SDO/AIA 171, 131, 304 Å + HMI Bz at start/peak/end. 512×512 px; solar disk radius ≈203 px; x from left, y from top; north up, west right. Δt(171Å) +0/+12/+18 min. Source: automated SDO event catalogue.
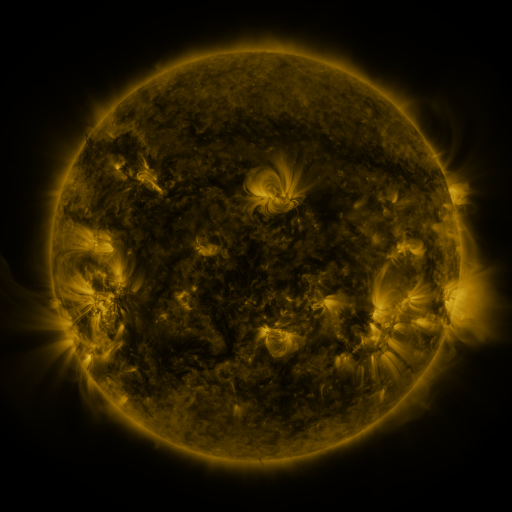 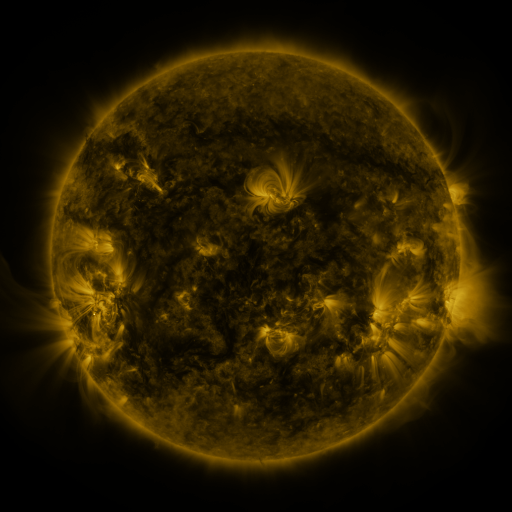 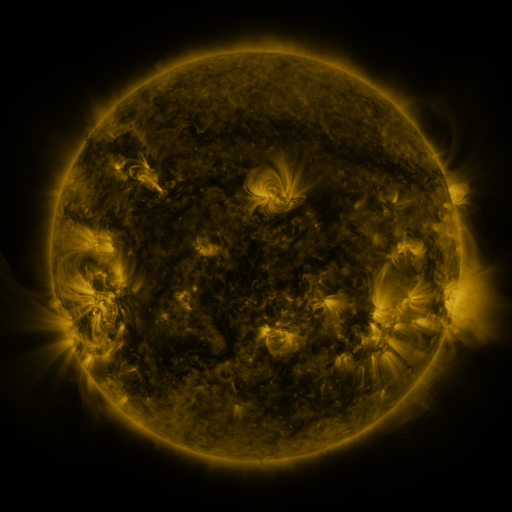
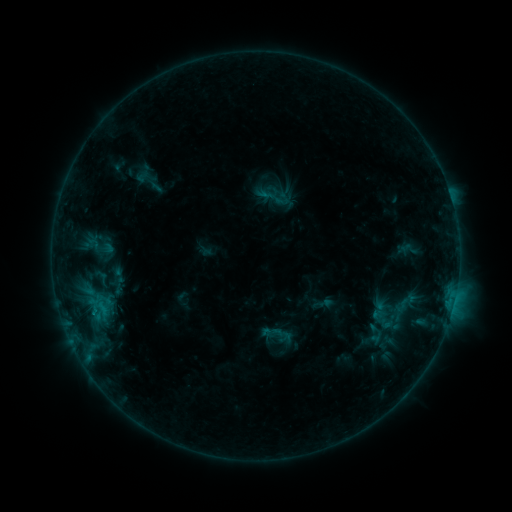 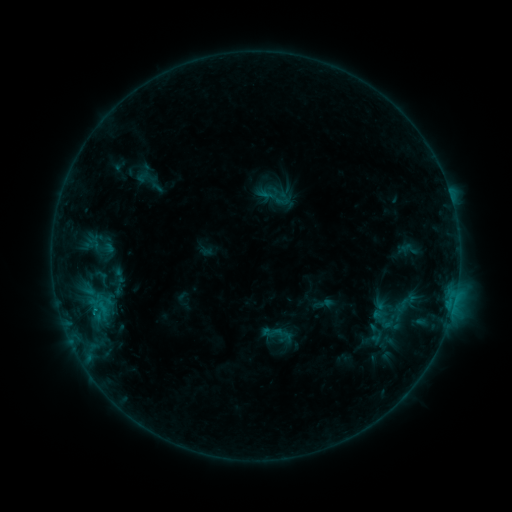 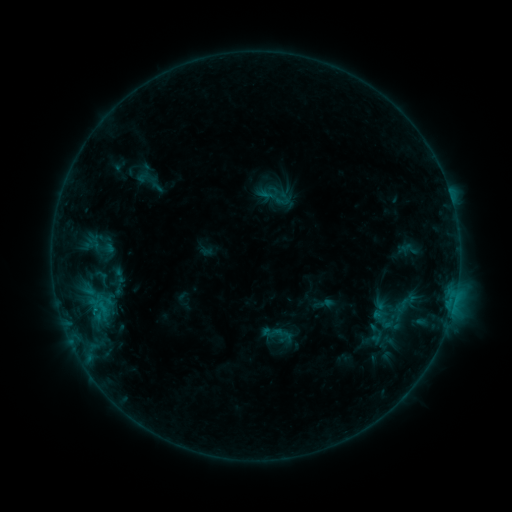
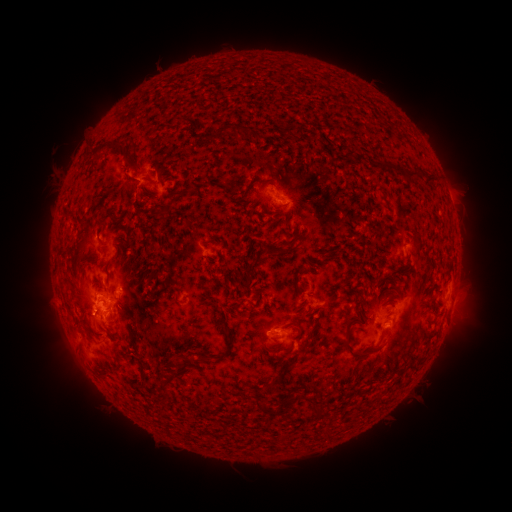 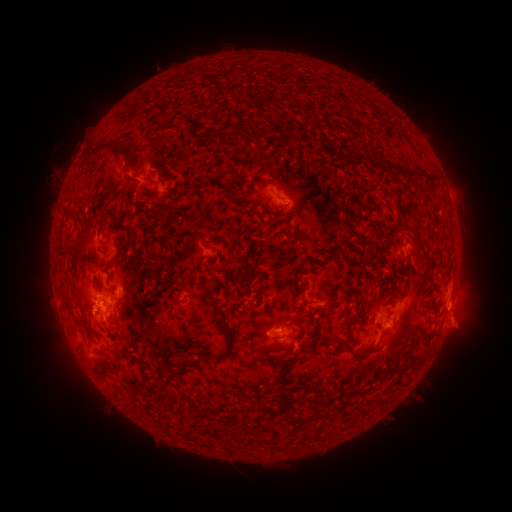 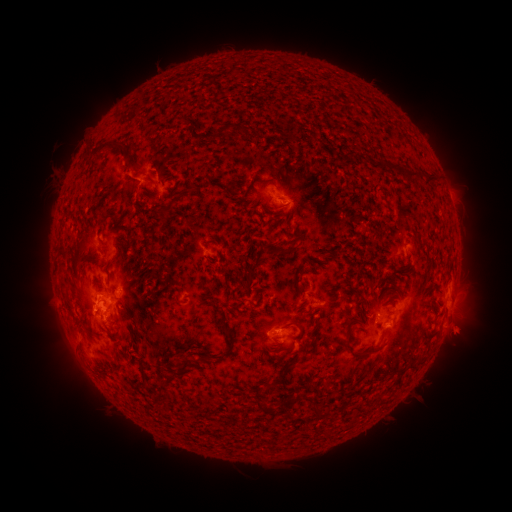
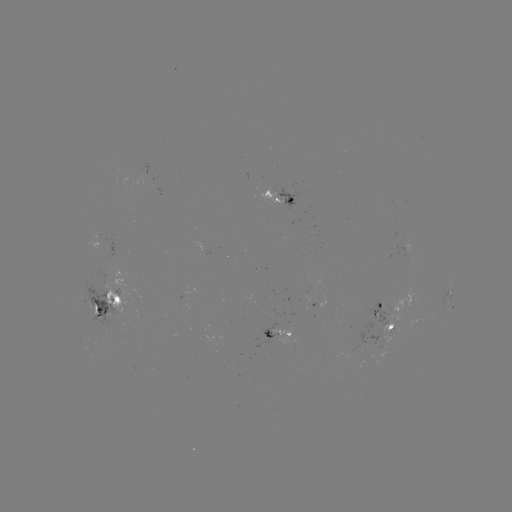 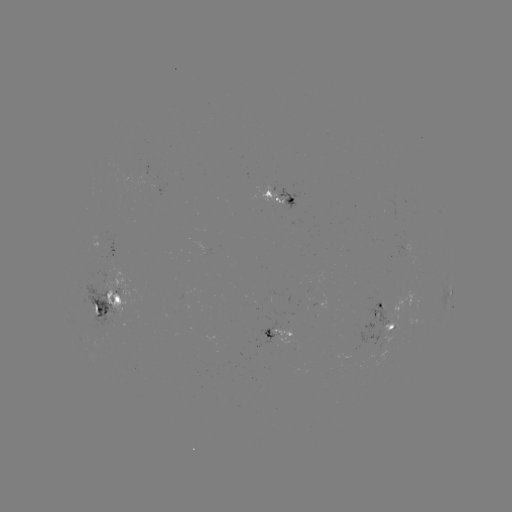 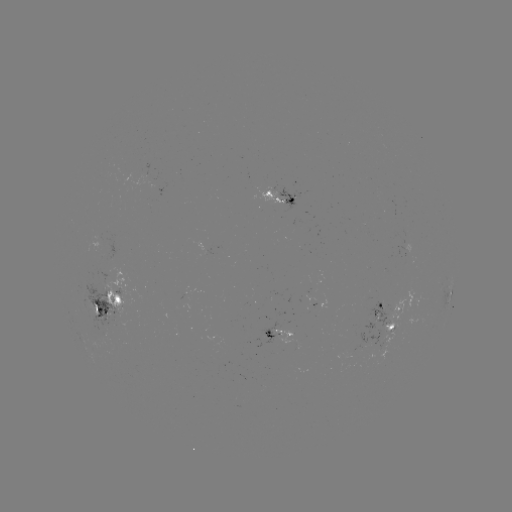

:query eruption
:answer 460,319